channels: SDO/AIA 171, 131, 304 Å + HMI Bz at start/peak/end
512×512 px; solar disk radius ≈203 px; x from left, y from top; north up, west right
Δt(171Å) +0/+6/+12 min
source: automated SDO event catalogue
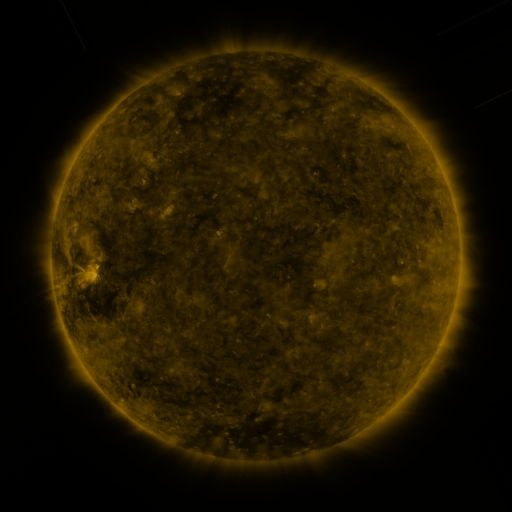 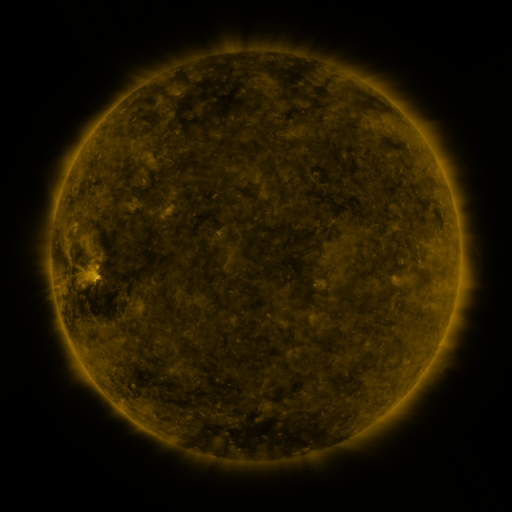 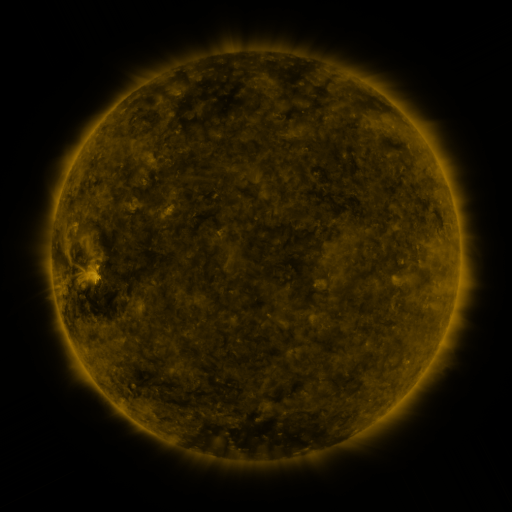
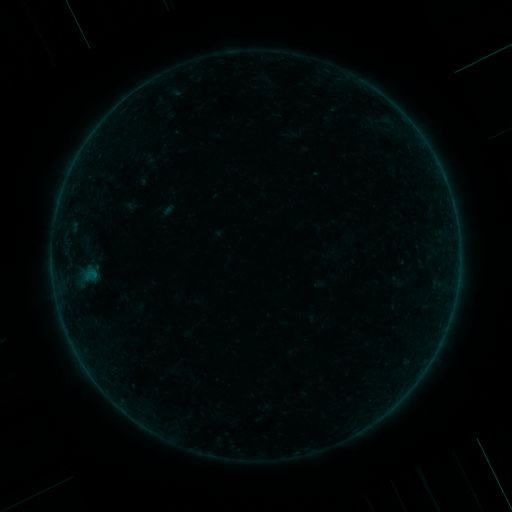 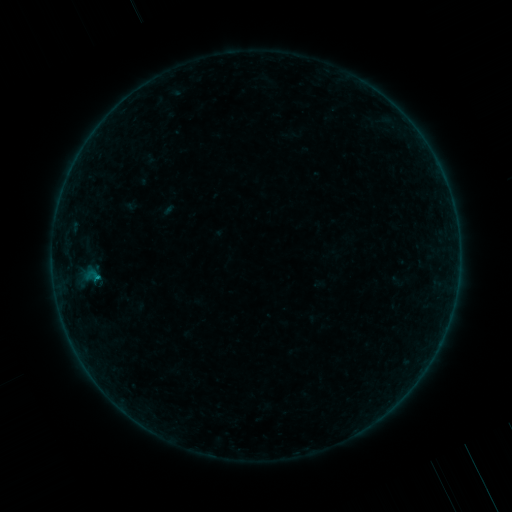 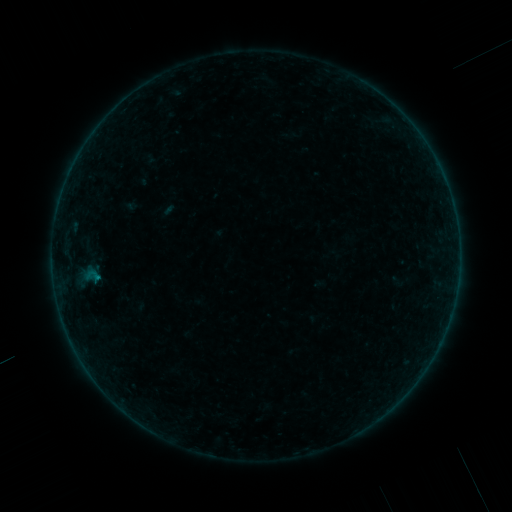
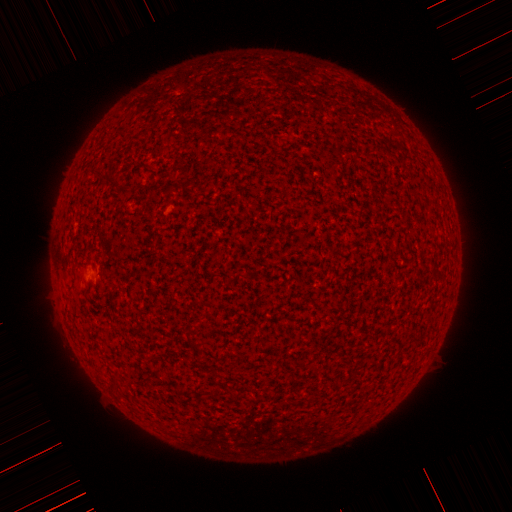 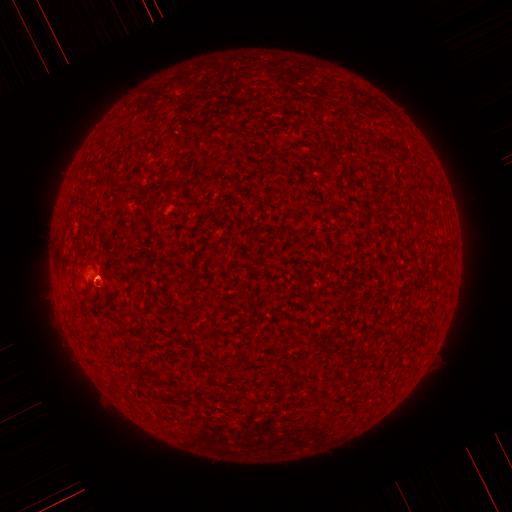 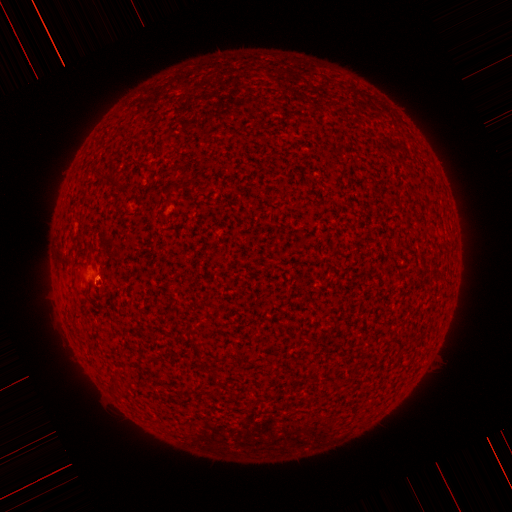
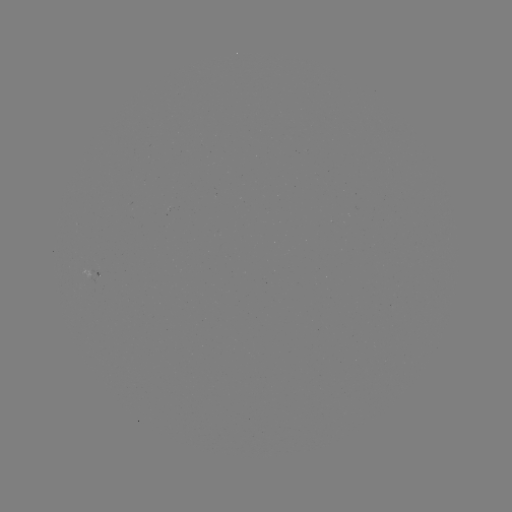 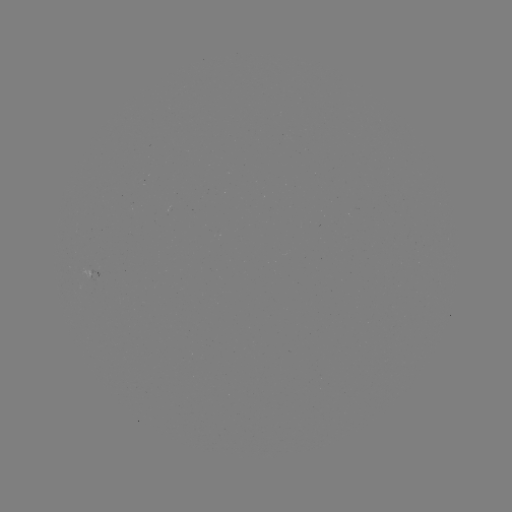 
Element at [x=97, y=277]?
B1.1 flare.